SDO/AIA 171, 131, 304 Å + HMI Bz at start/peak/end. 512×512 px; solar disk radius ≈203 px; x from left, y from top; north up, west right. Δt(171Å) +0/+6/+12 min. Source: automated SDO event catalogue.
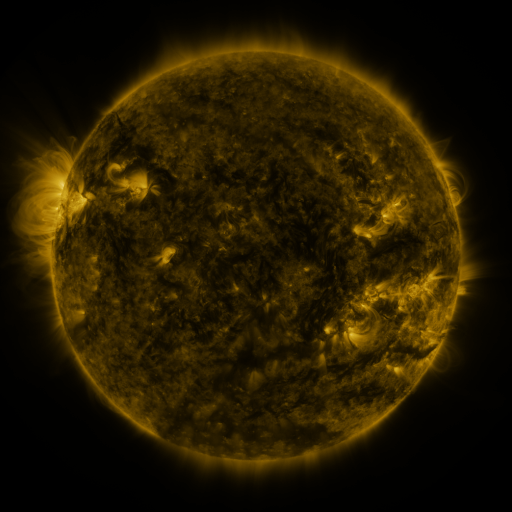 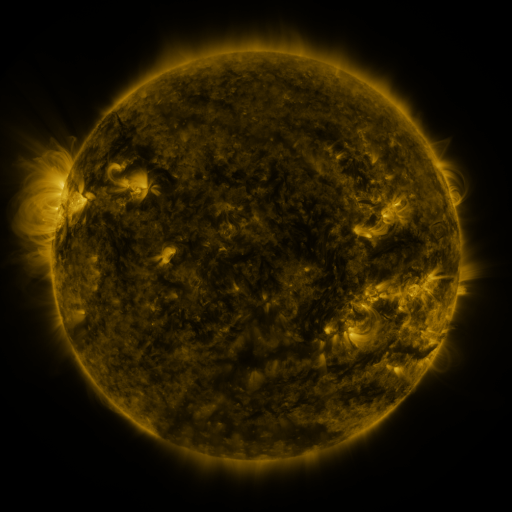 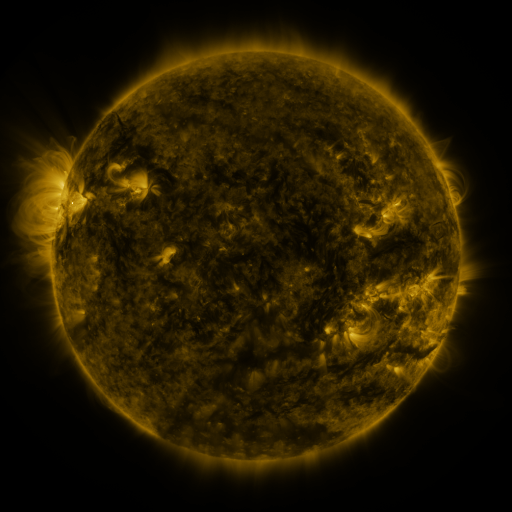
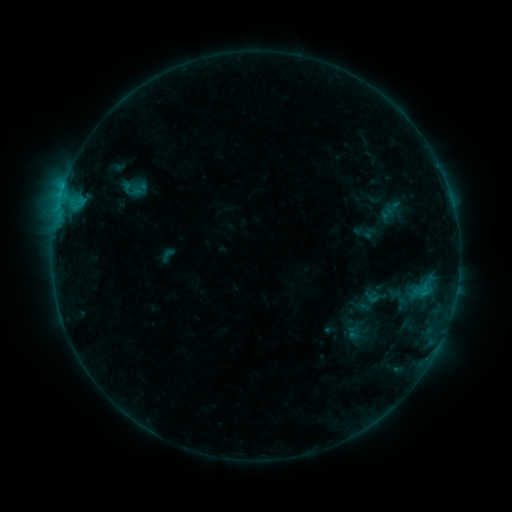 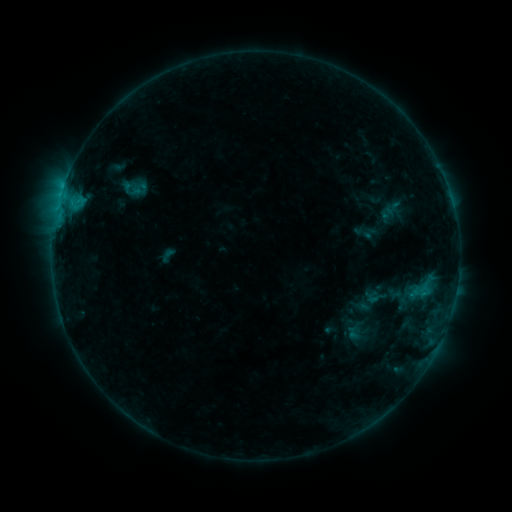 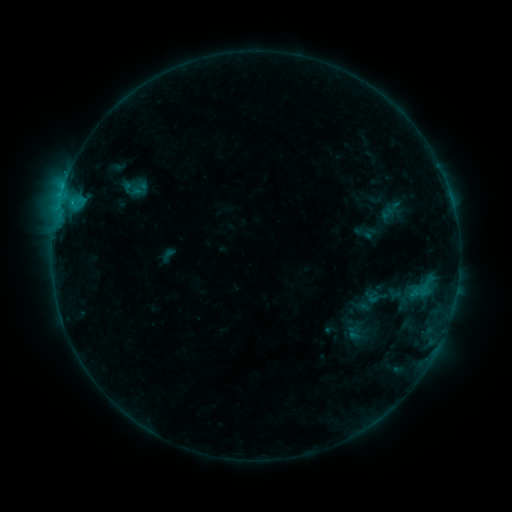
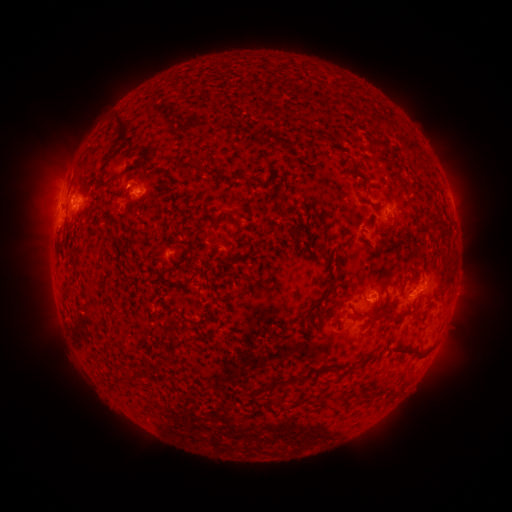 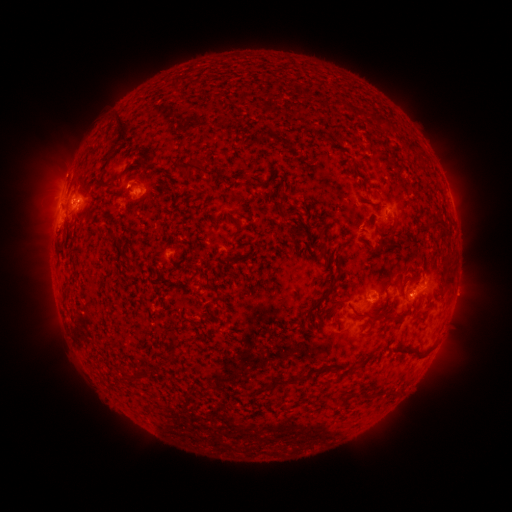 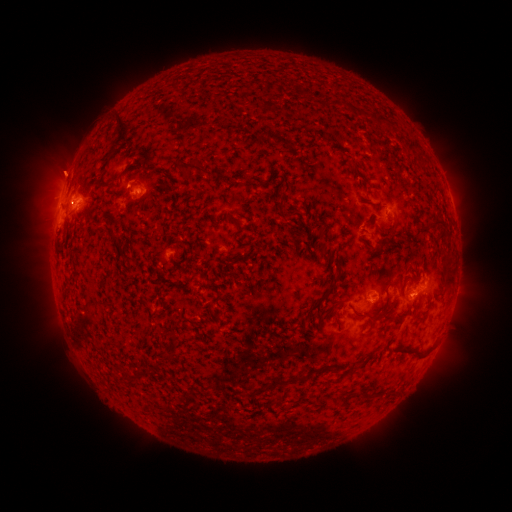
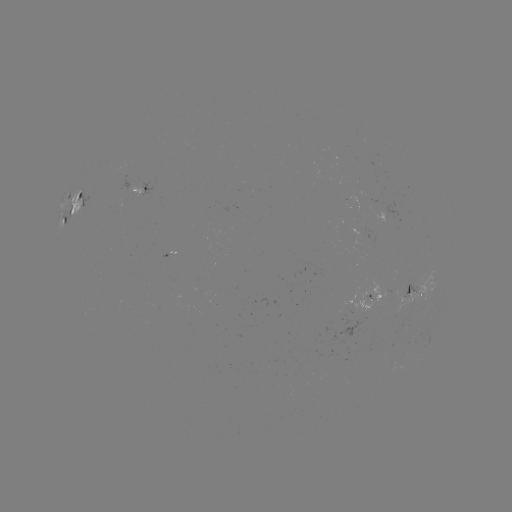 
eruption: [33, 140, 92, 201]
